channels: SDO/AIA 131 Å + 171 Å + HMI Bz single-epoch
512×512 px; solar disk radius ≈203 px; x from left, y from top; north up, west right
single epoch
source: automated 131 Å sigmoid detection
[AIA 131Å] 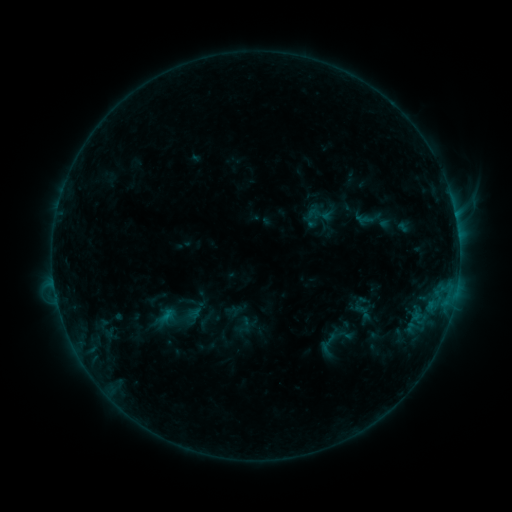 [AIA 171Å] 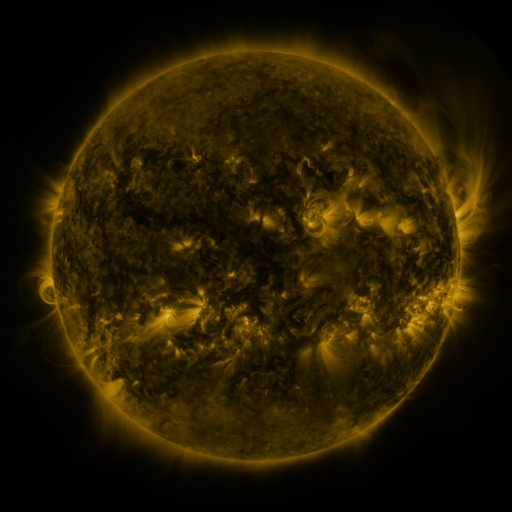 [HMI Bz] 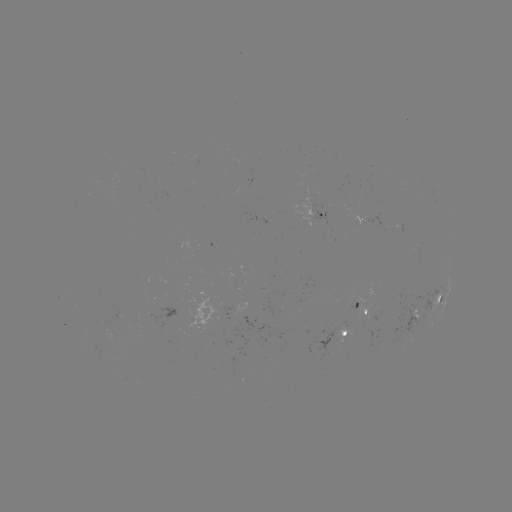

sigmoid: <bbox>314, 331, 341, 358</bbox>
